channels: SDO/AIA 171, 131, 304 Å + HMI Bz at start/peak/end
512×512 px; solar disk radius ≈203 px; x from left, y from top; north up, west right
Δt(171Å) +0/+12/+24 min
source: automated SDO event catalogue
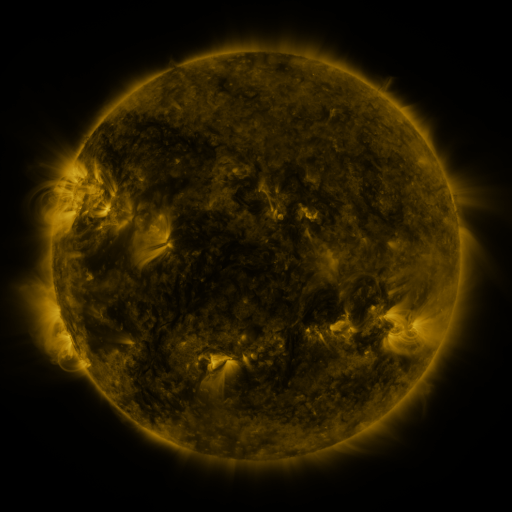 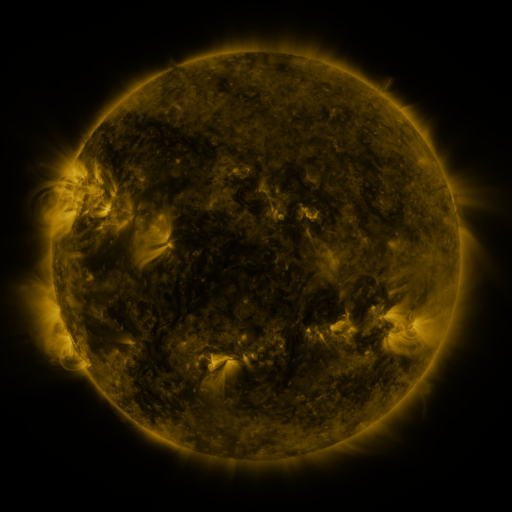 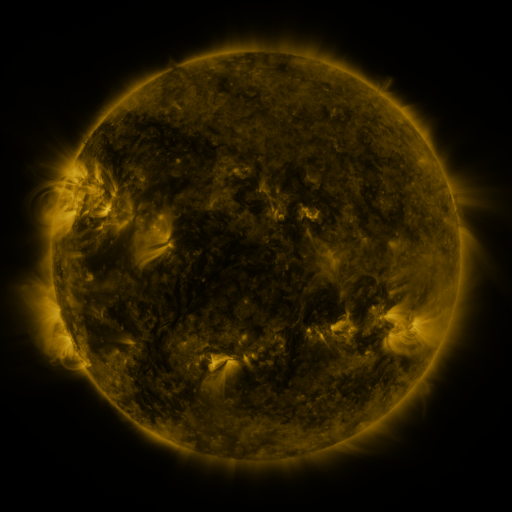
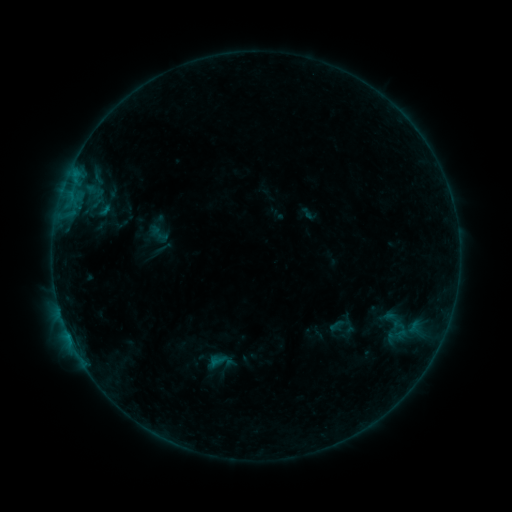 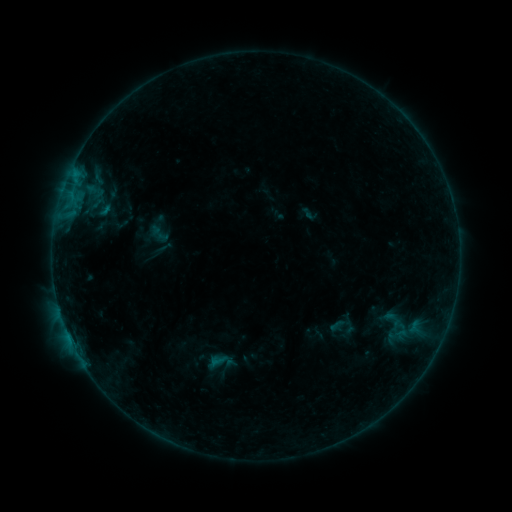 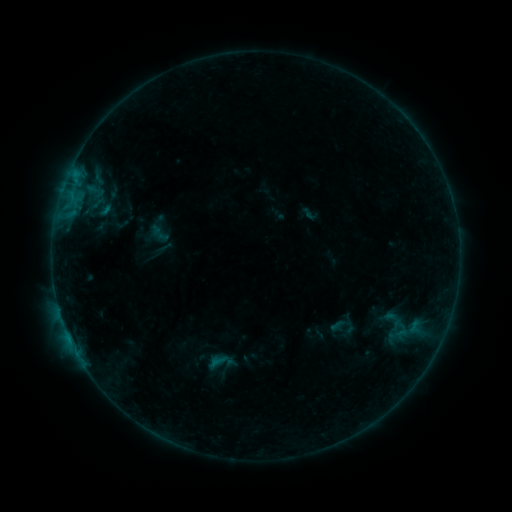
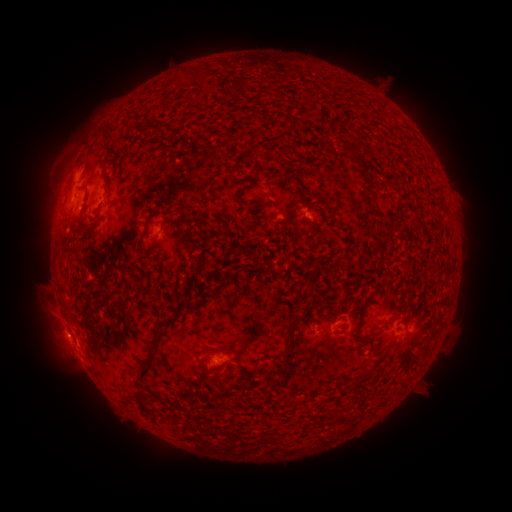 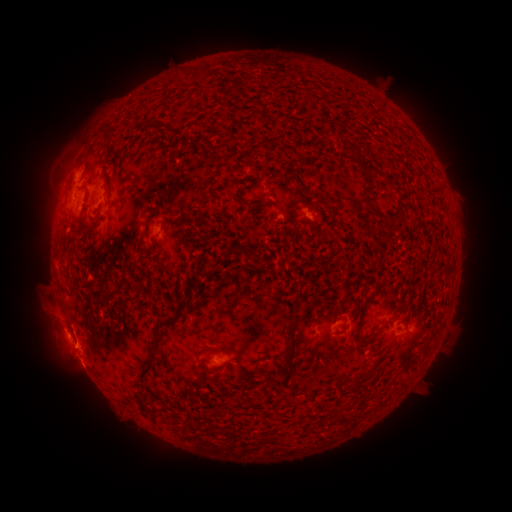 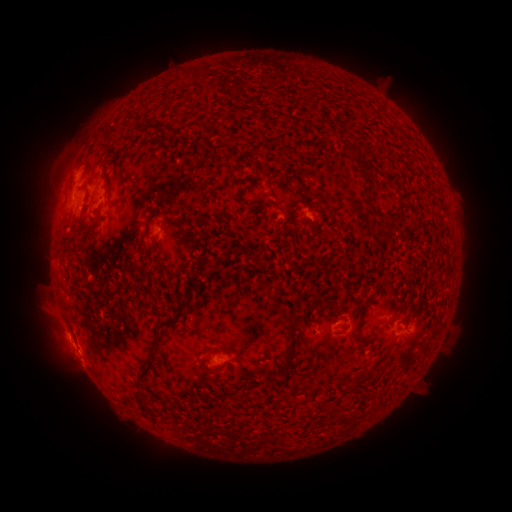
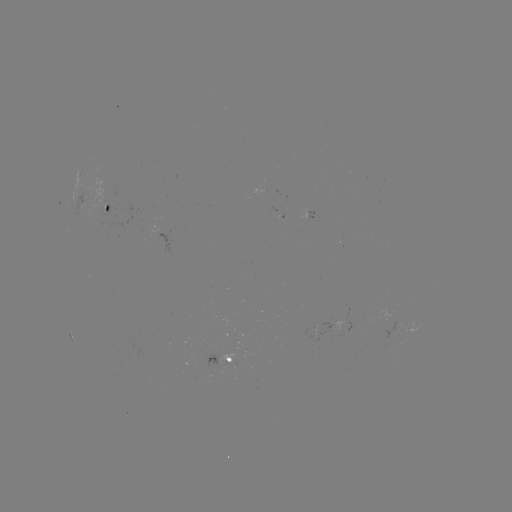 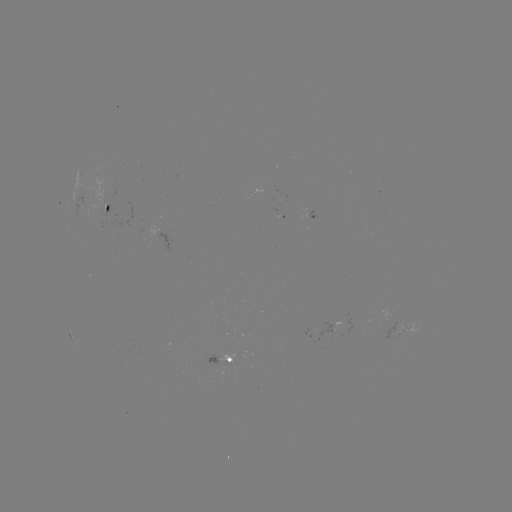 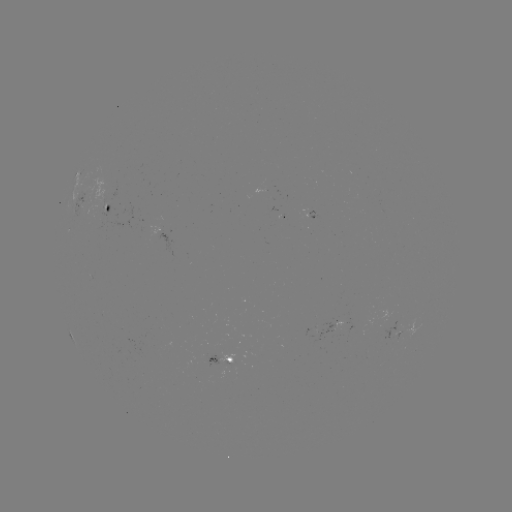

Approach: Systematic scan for eruption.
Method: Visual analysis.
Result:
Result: eruption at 73,350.